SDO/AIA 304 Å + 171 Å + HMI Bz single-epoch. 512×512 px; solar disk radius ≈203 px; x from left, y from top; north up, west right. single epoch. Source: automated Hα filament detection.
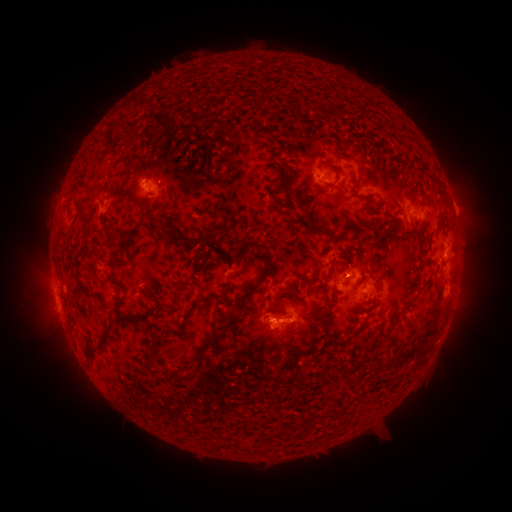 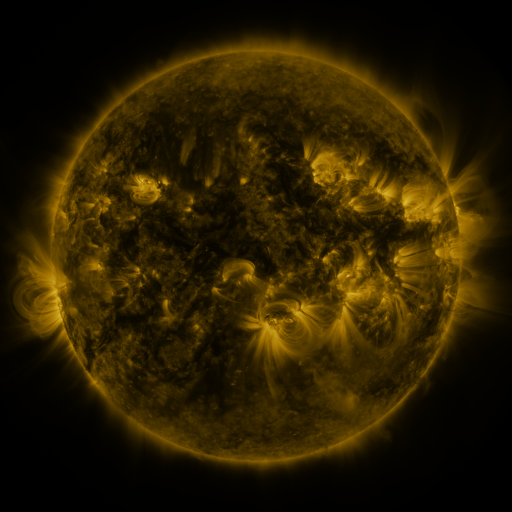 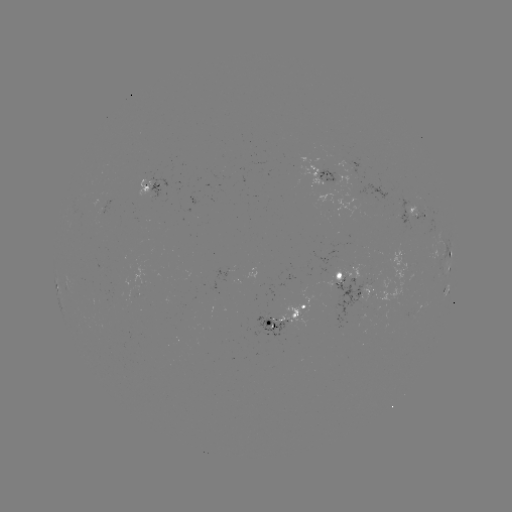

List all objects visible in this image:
filament: [103, 121, 130, 138]
filament: [125, 135, 137, 149]
filament: [318, 157, 334, 171]
filament: [57, 177, 117, 383]
filament: [323, 179, 336, 187]
filament: [72, 200, 88, 229]
filament: [304, 204, 328, 236]
filament: [158, 222, 216, 250]
filament: [241, 241, 274, 276]
filament: [230, 253, 240, 266]
filament: [362, 270, 382, 283]
filament: [236, 284, 259, 302]
filament: [172, 290, 180, 306]
filament: [215, 311, 237, 333]
filament: [398, 347, 409, 358]
filament: [147, 355, 157, 366]
